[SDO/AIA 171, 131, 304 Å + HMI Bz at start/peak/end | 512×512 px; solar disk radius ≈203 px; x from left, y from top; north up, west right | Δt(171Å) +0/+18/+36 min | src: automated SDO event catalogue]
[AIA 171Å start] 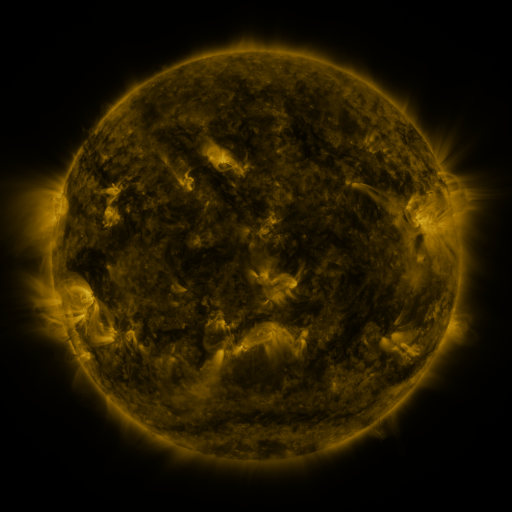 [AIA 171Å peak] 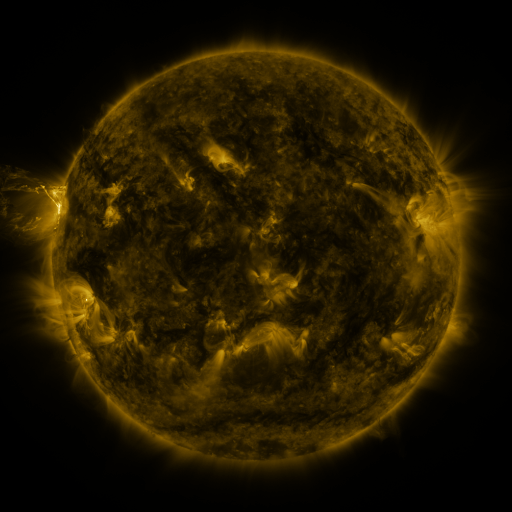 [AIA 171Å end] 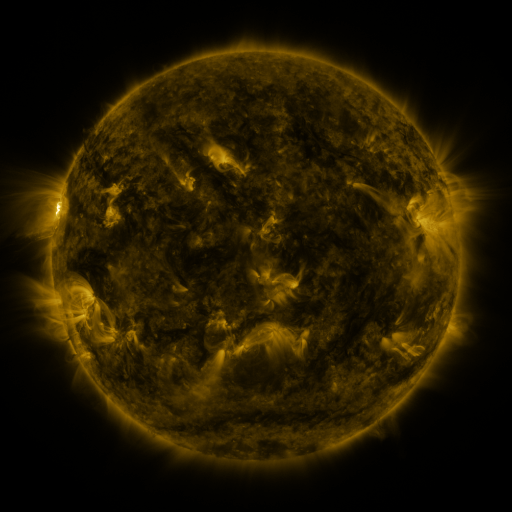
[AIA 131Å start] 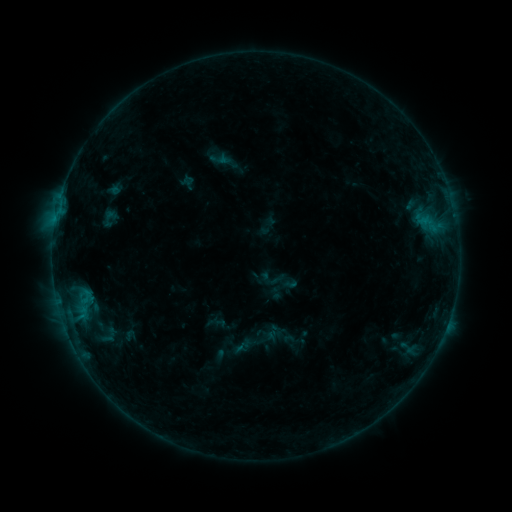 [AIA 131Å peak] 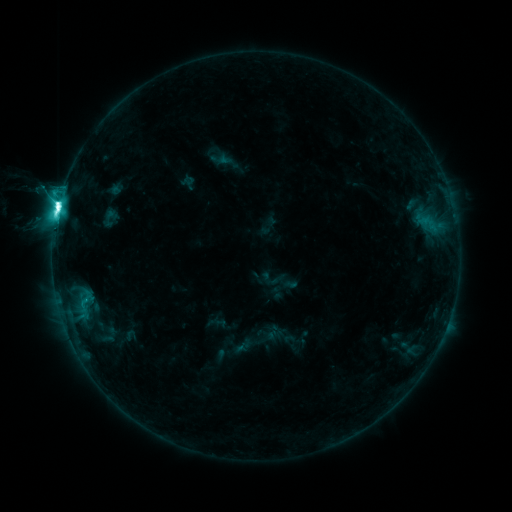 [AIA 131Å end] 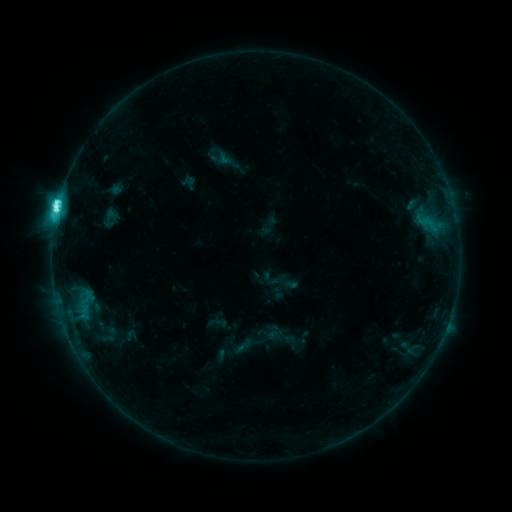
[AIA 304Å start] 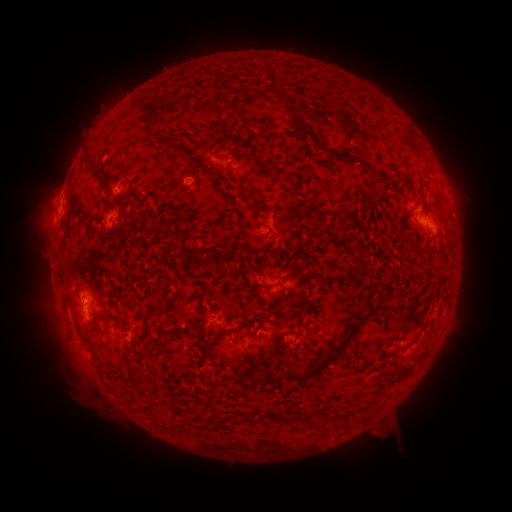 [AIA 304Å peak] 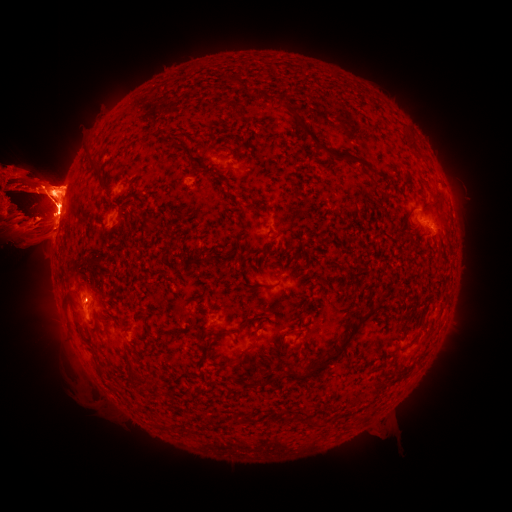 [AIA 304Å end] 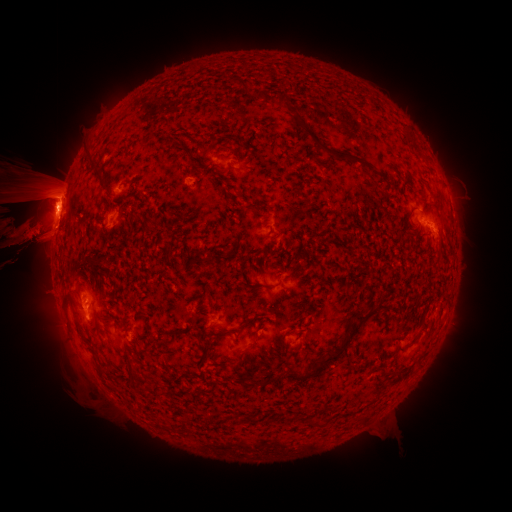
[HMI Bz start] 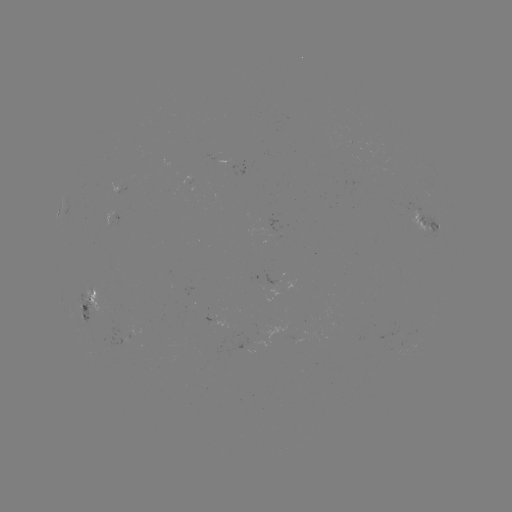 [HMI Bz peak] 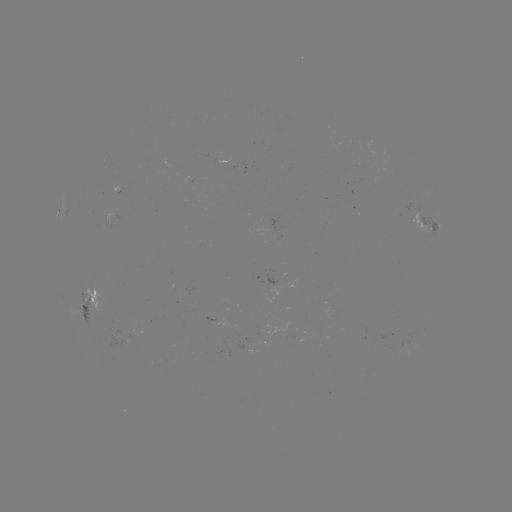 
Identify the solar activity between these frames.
eruption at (484, 210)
